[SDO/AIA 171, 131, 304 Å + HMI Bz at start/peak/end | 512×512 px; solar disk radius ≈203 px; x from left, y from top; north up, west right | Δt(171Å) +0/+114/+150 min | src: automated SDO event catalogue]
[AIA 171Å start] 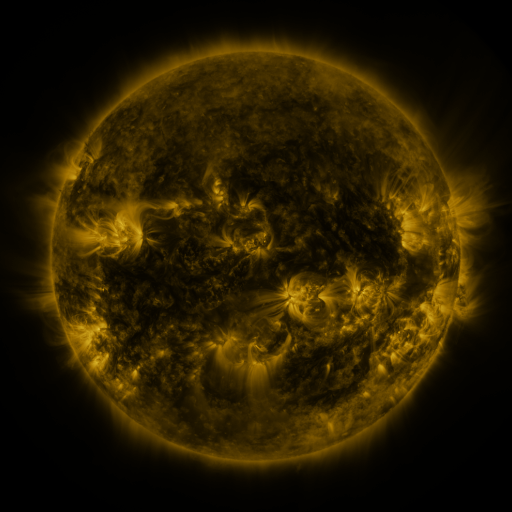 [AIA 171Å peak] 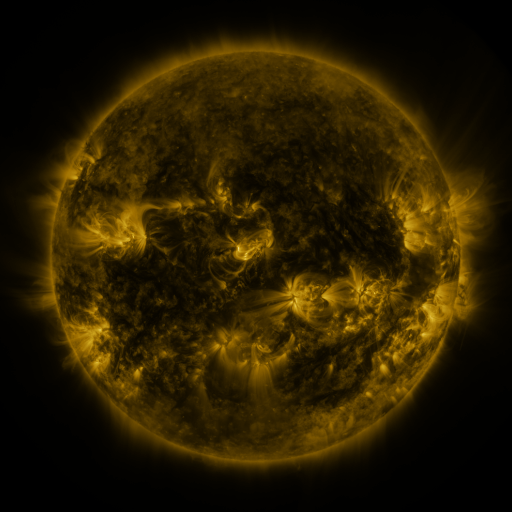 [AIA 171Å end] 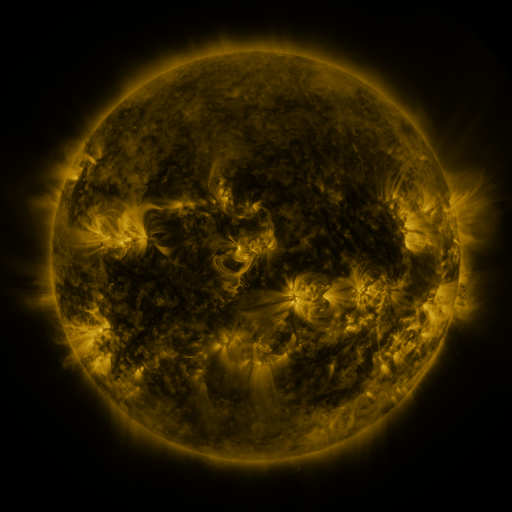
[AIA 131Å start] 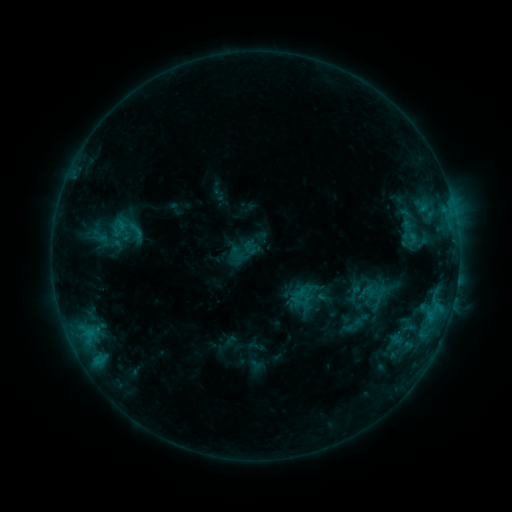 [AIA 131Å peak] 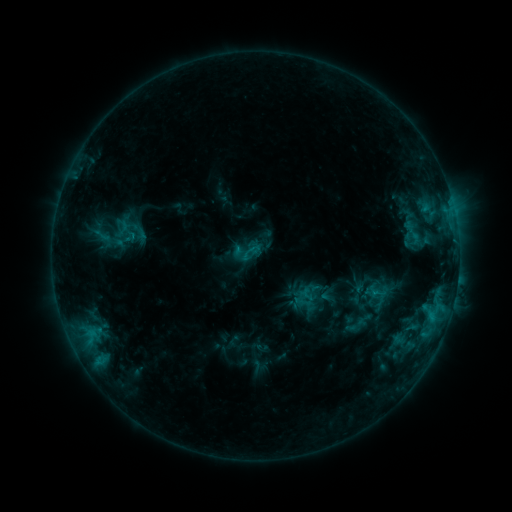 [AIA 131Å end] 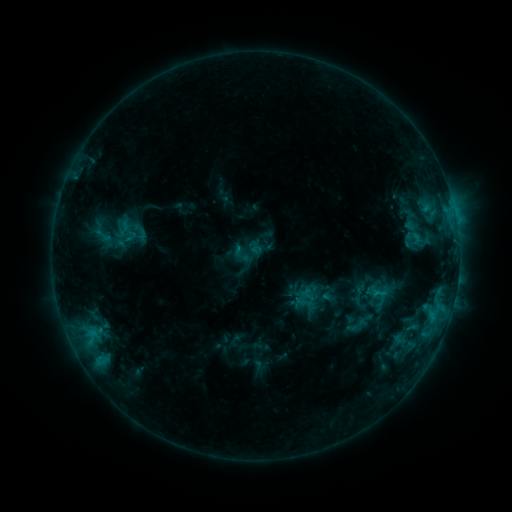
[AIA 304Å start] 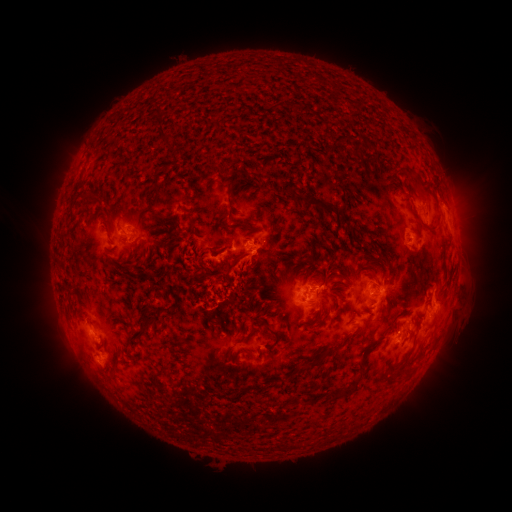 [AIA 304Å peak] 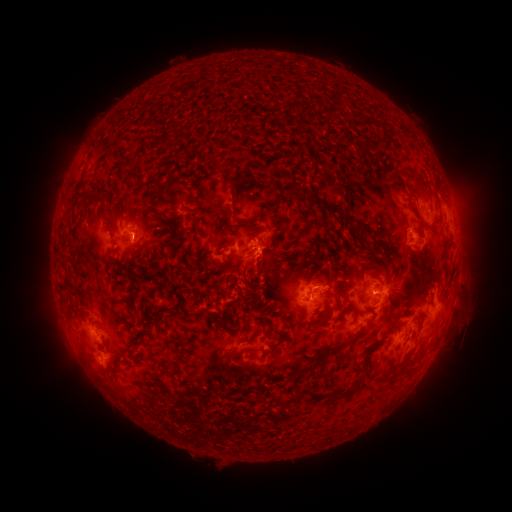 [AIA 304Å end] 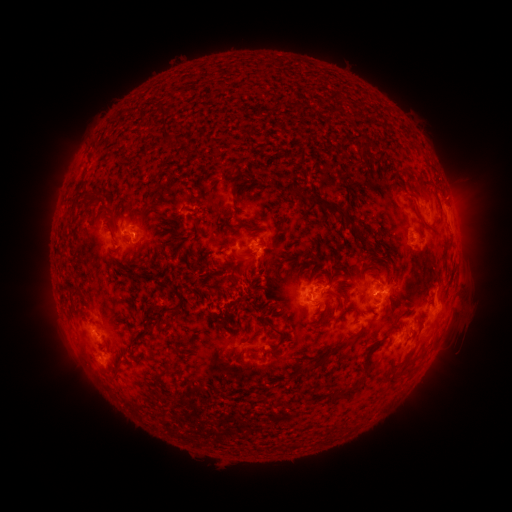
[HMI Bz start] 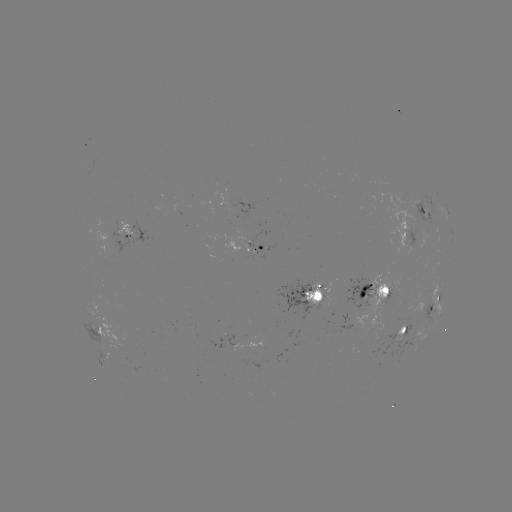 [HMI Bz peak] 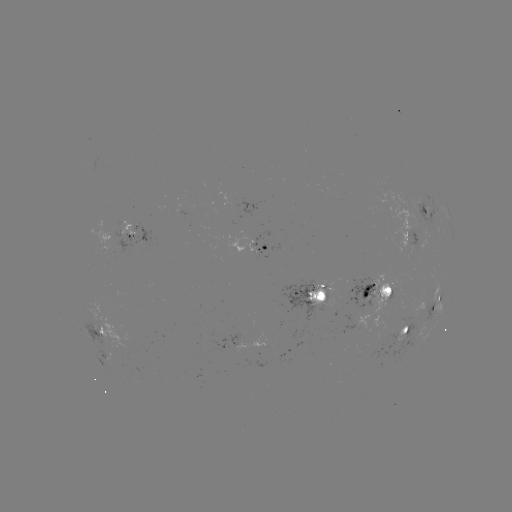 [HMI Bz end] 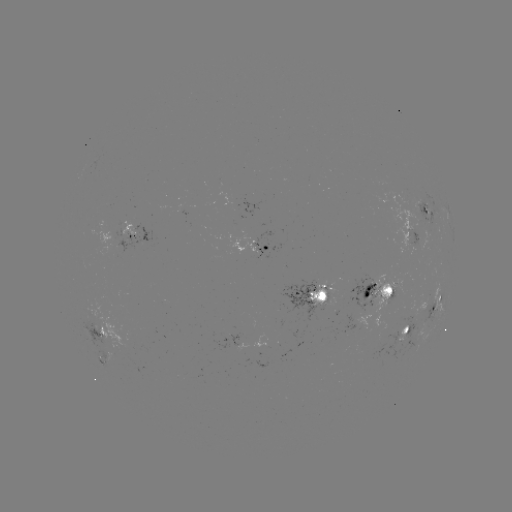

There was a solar emerging-flux region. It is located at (362, 301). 